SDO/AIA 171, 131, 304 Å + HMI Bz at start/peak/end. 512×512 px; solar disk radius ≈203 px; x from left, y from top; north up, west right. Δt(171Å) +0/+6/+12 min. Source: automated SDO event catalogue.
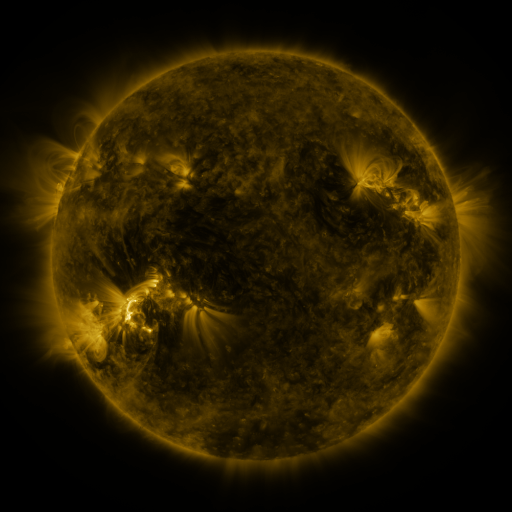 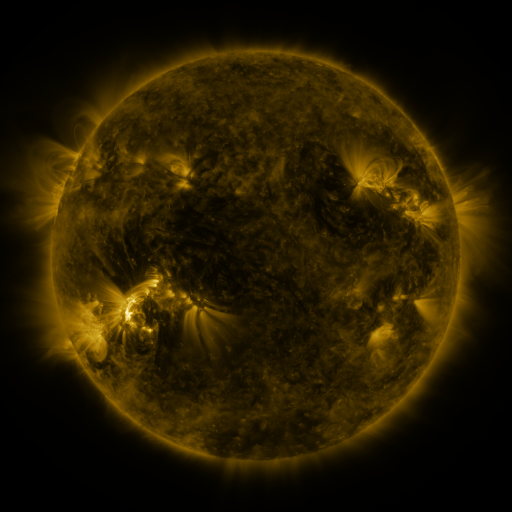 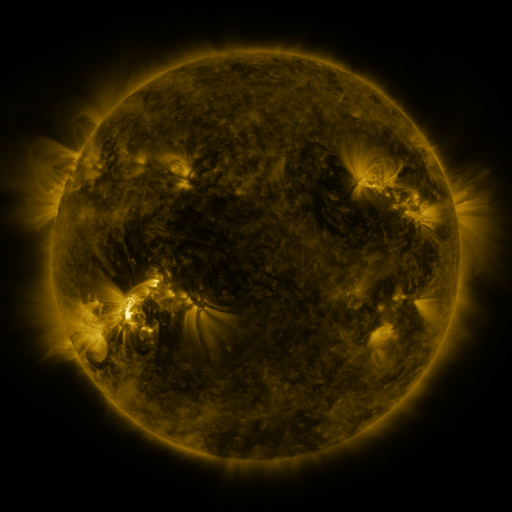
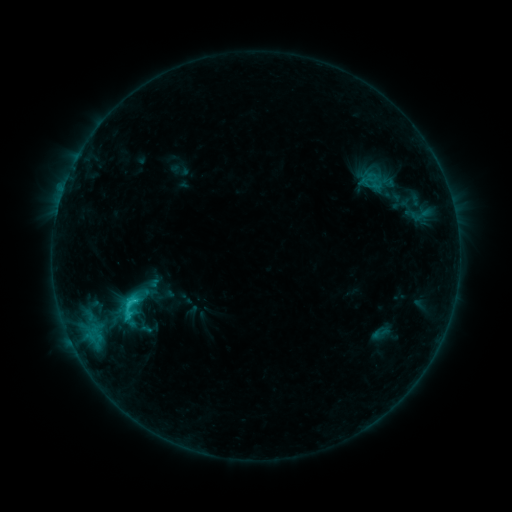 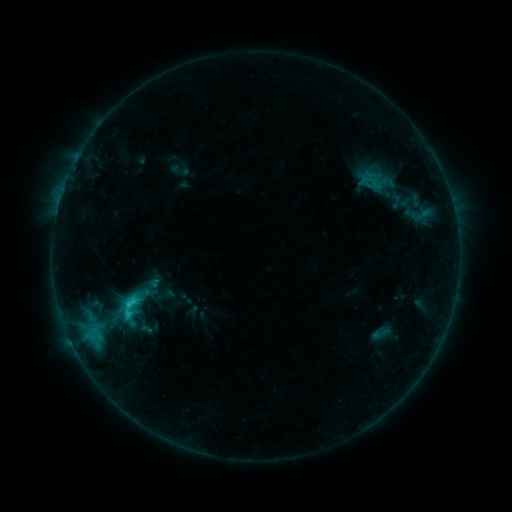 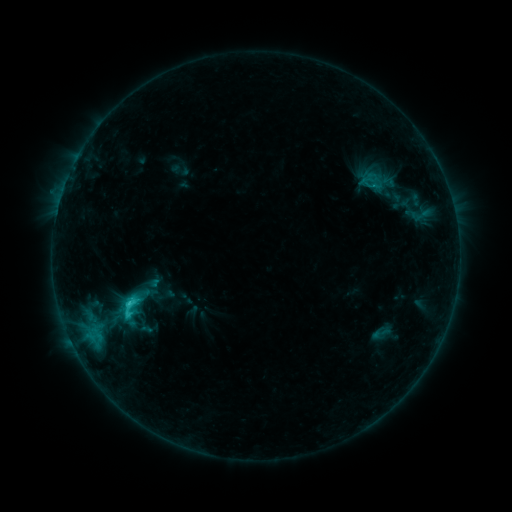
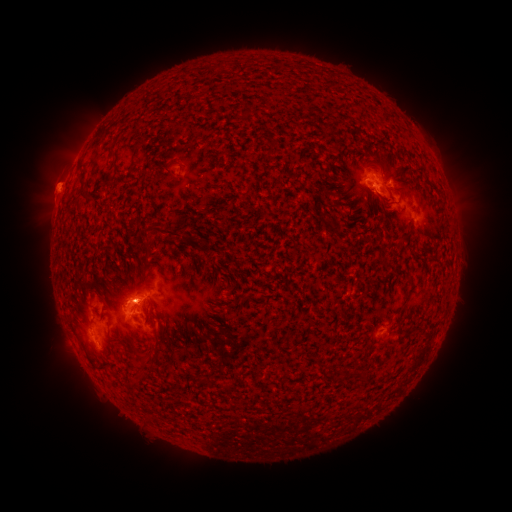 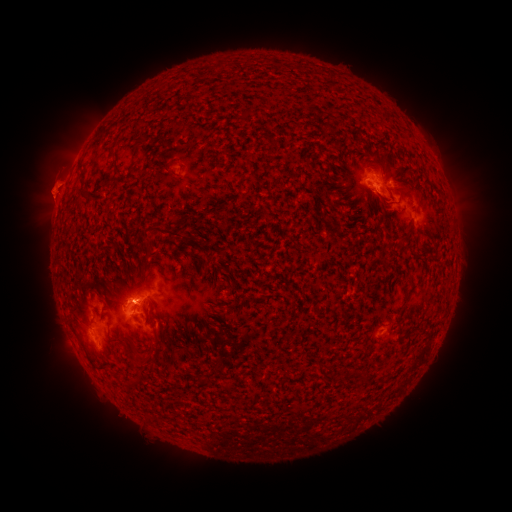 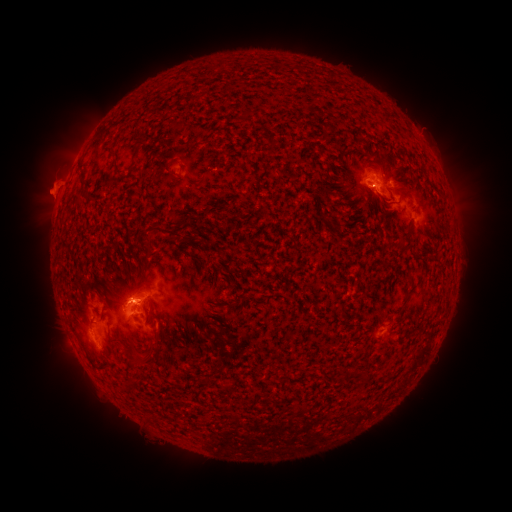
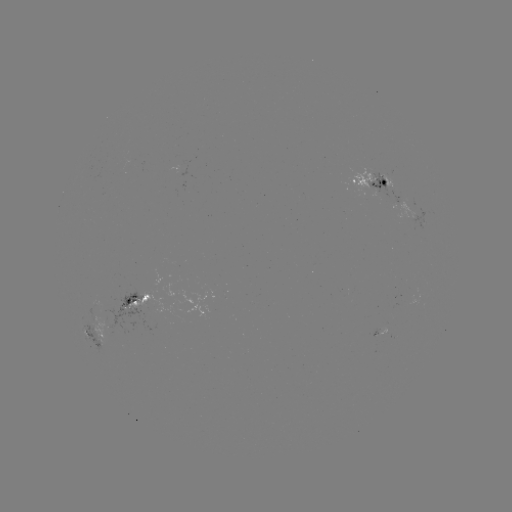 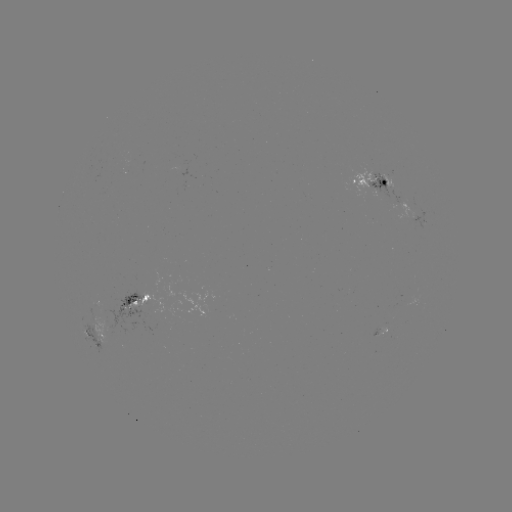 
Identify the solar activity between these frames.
eruption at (48, 182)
